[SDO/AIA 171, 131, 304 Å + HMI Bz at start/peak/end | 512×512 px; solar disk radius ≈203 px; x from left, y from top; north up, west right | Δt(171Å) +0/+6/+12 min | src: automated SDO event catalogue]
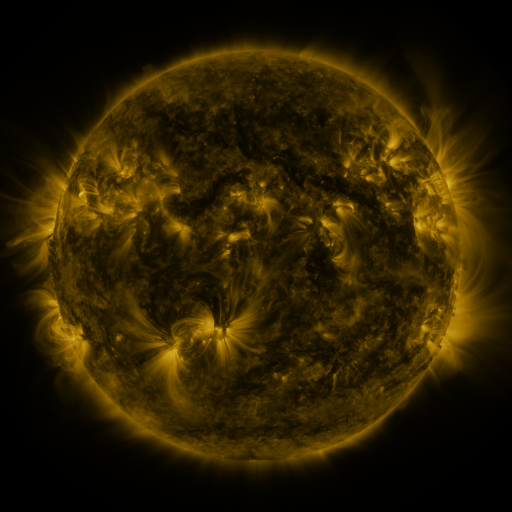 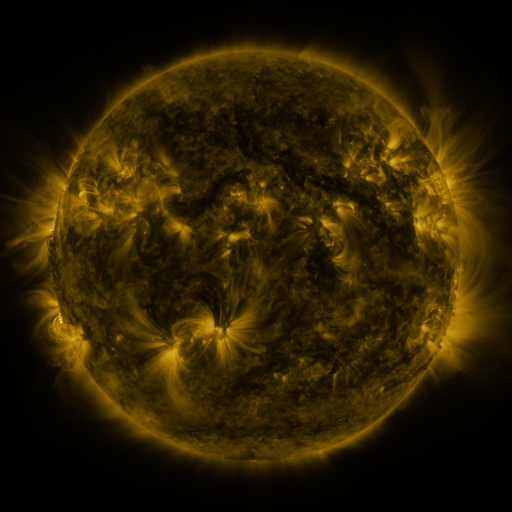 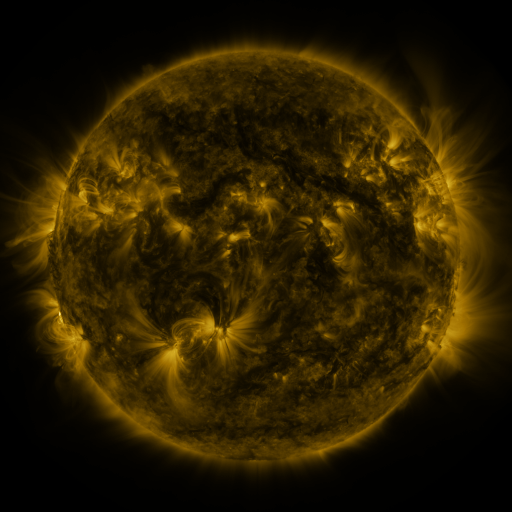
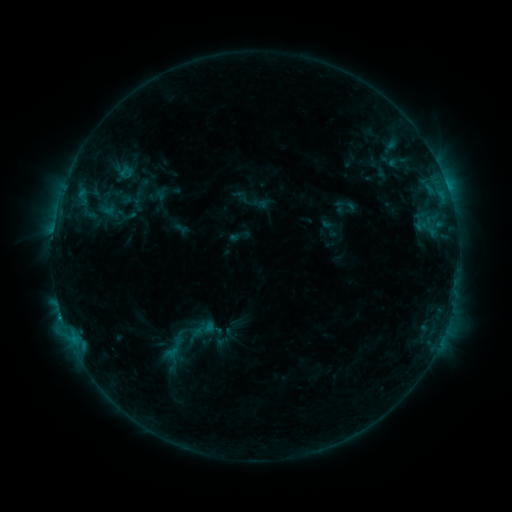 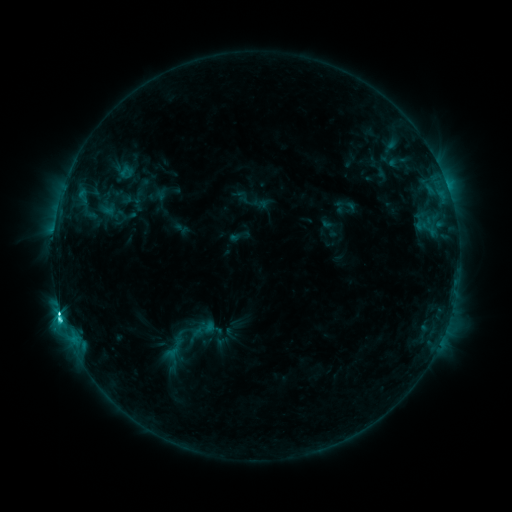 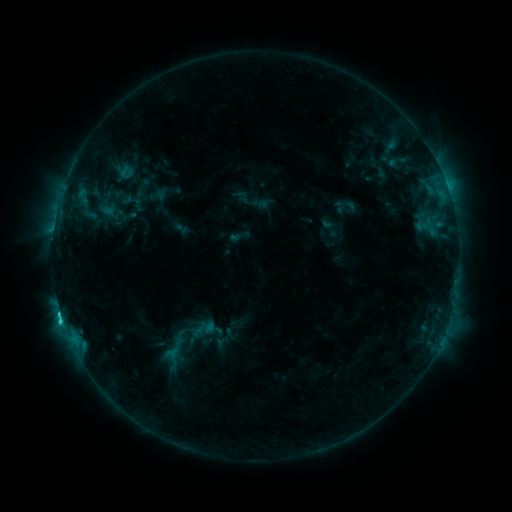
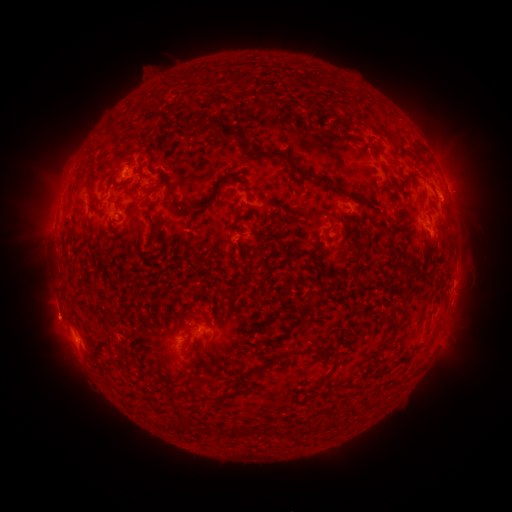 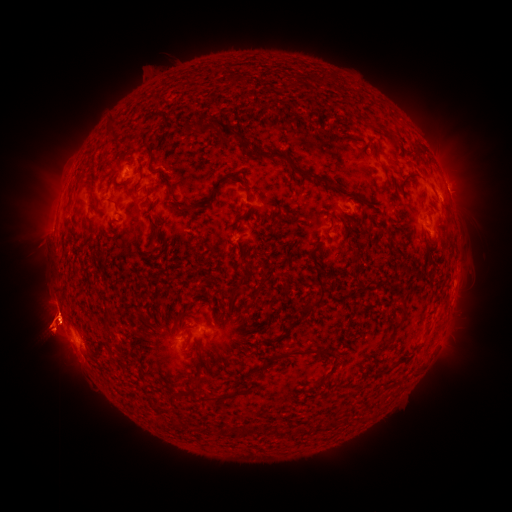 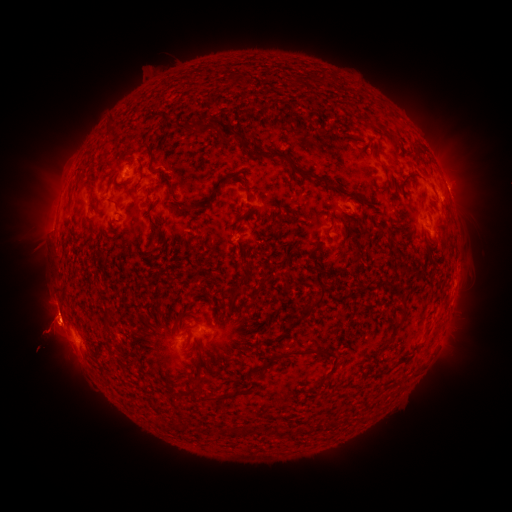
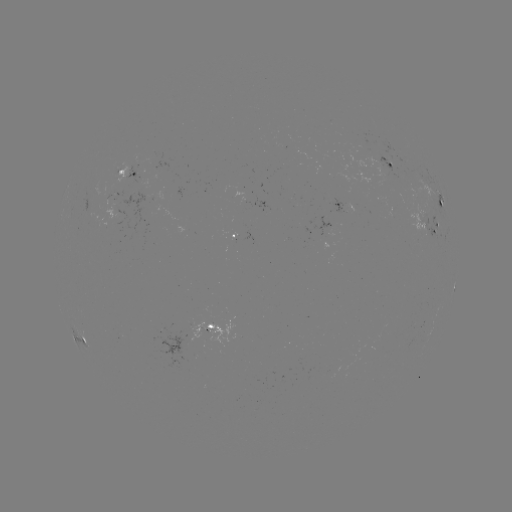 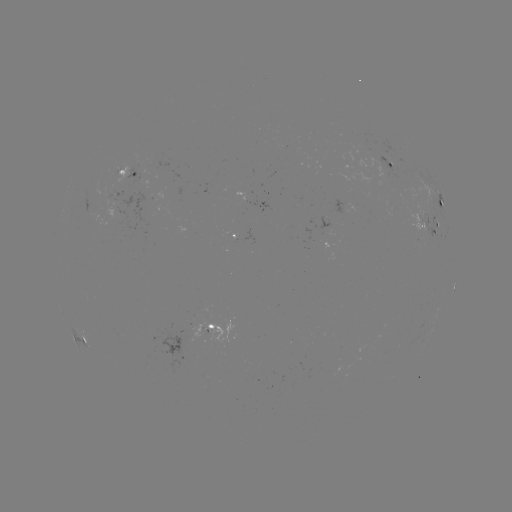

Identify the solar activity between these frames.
C5.2 flare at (60, 312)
